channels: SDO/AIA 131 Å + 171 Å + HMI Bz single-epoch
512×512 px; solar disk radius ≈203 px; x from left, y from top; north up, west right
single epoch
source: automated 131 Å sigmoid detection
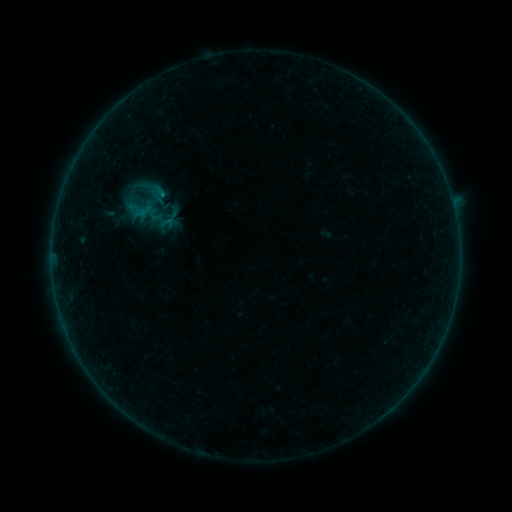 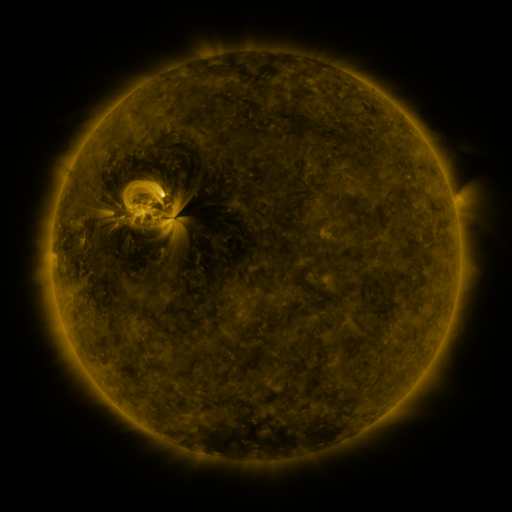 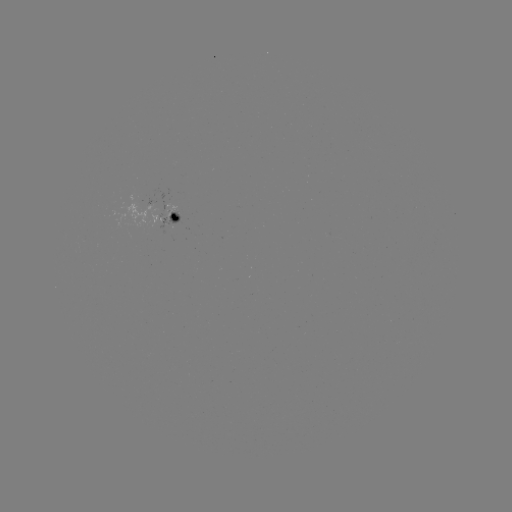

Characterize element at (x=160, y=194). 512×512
sigmoid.